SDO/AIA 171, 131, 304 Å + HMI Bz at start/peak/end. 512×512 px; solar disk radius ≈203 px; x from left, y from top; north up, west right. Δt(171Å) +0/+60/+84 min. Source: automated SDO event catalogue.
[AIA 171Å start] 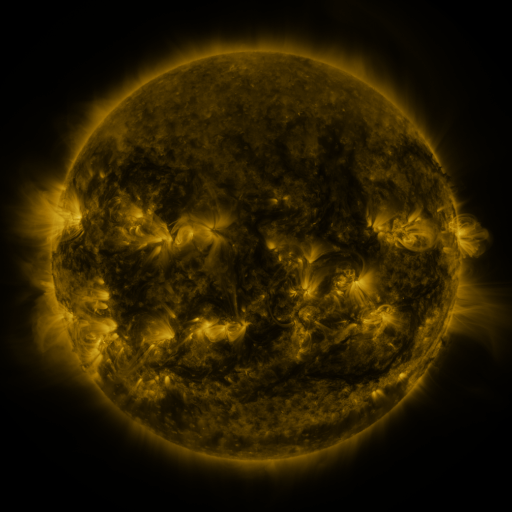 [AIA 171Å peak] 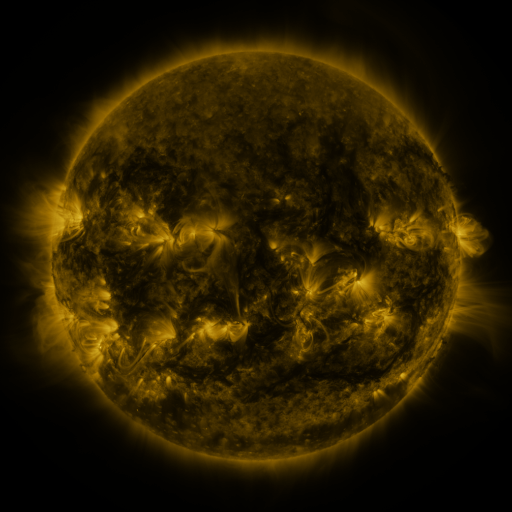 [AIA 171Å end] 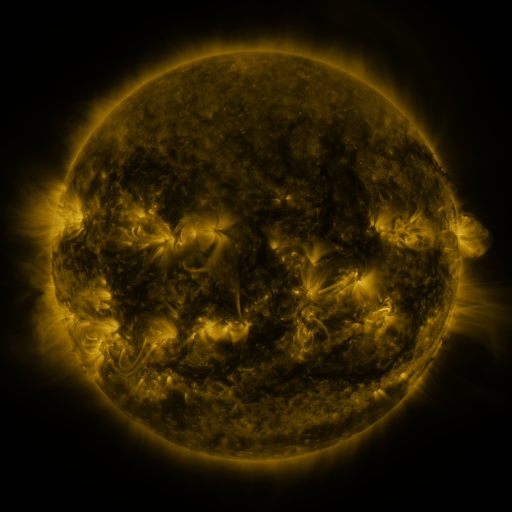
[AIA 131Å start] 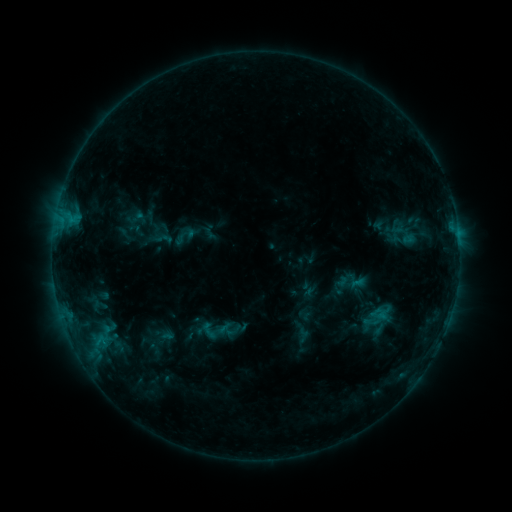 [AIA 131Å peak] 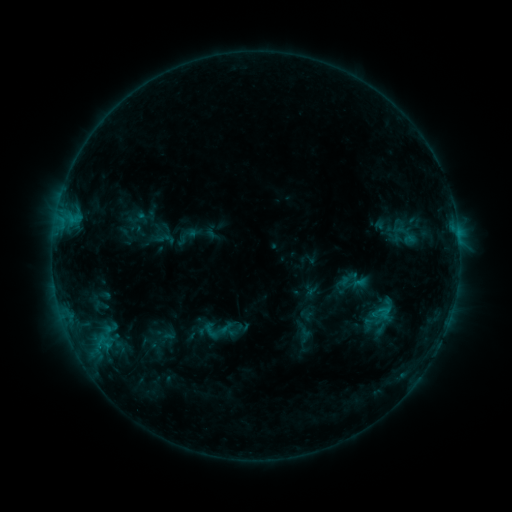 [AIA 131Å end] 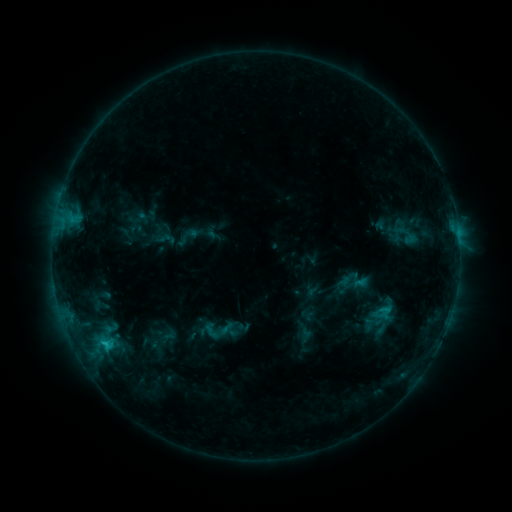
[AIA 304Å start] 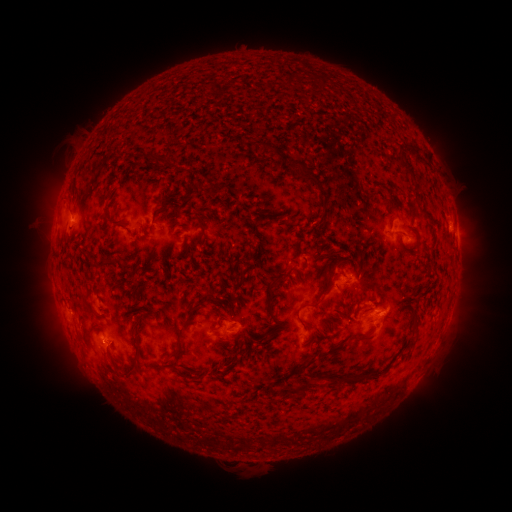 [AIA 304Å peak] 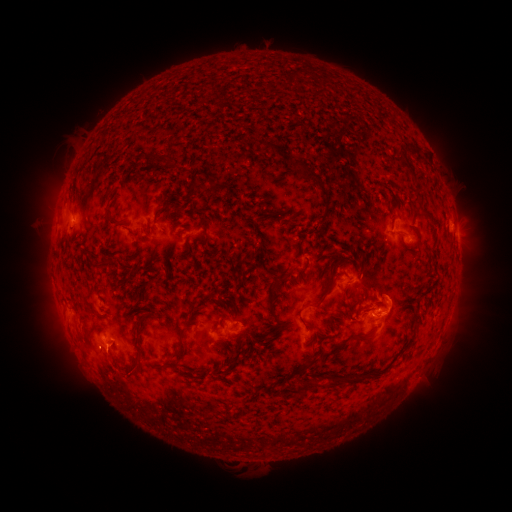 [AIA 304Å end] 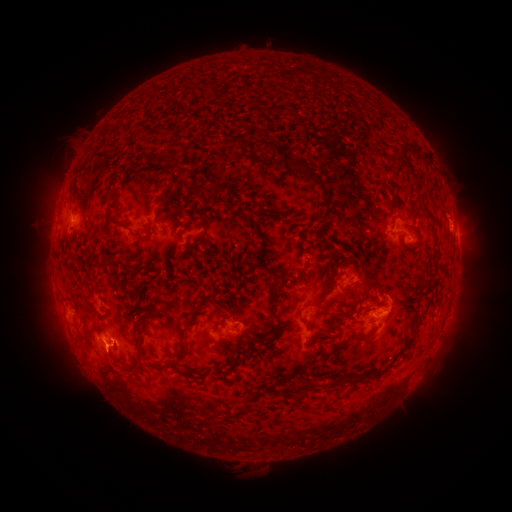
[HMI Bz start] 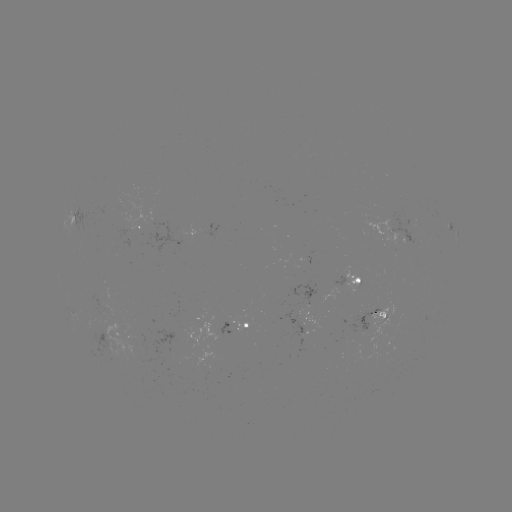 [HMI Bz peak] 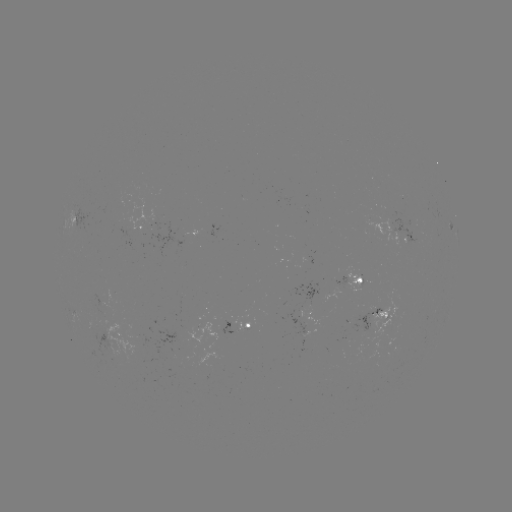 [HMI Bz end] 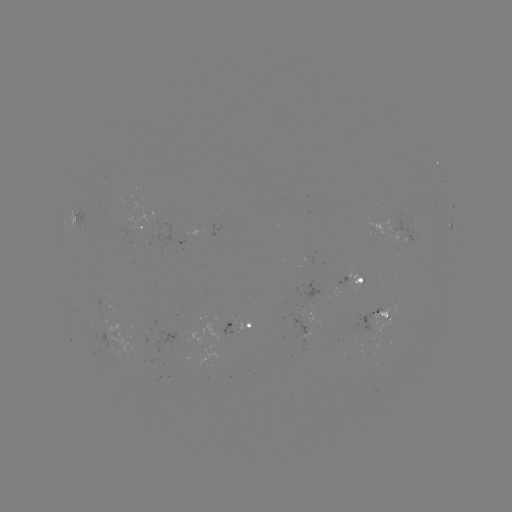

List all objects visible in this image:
emerging-flux region: (307, 309)
